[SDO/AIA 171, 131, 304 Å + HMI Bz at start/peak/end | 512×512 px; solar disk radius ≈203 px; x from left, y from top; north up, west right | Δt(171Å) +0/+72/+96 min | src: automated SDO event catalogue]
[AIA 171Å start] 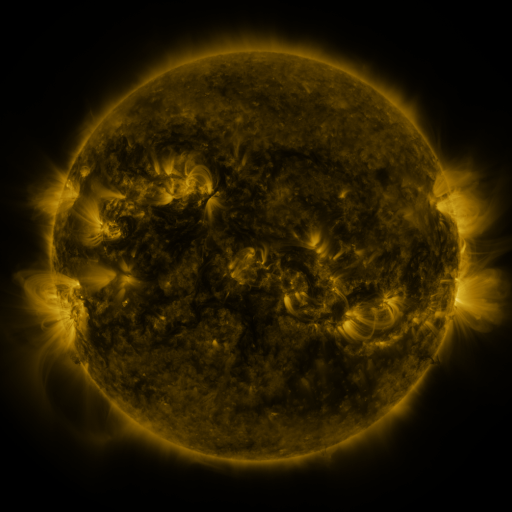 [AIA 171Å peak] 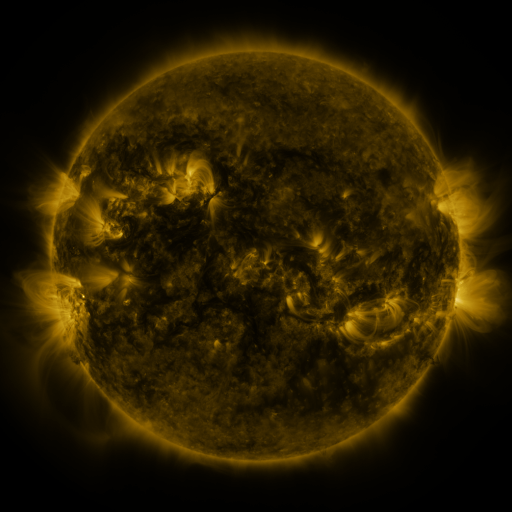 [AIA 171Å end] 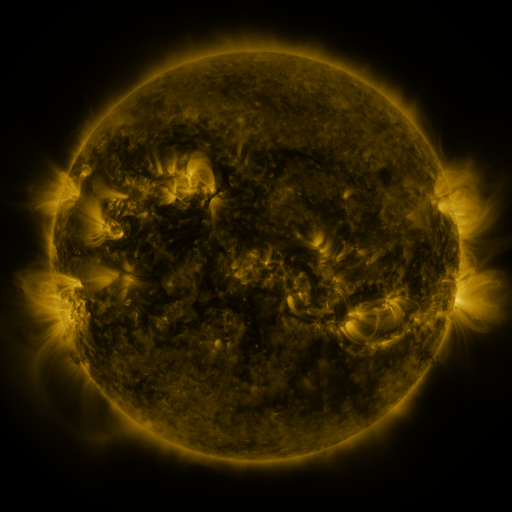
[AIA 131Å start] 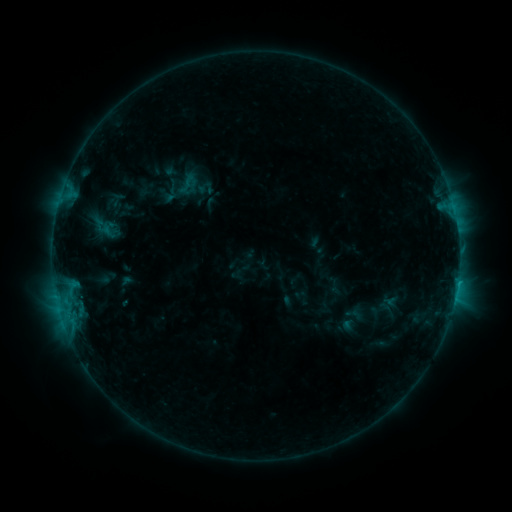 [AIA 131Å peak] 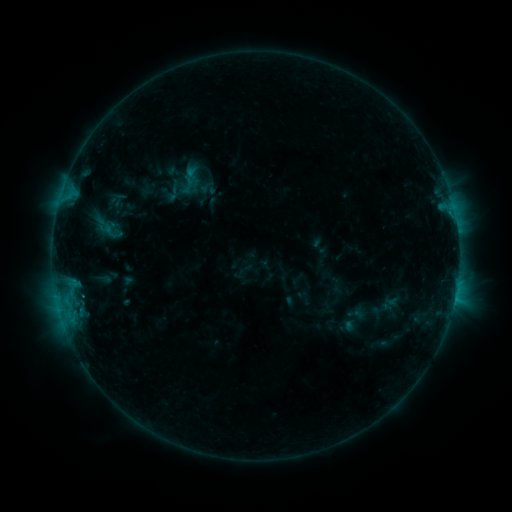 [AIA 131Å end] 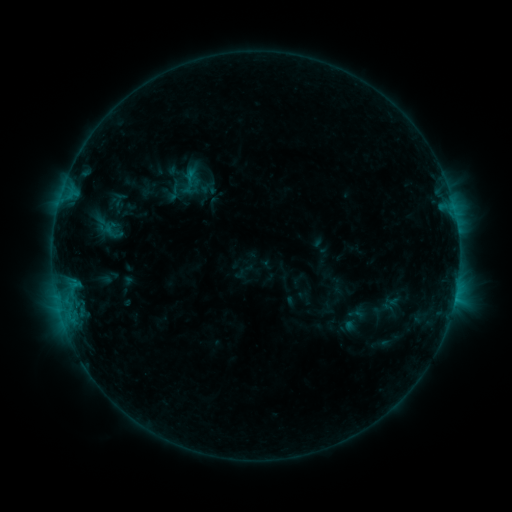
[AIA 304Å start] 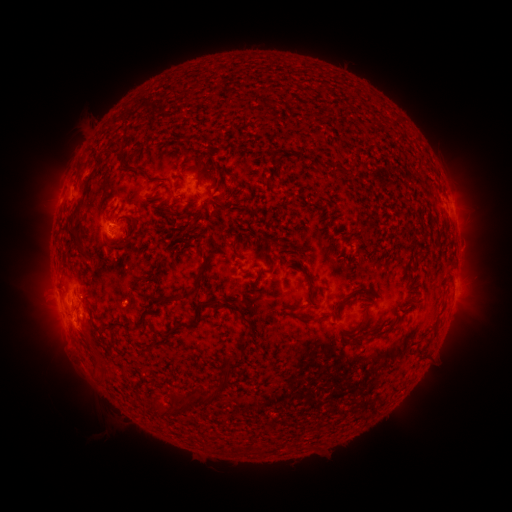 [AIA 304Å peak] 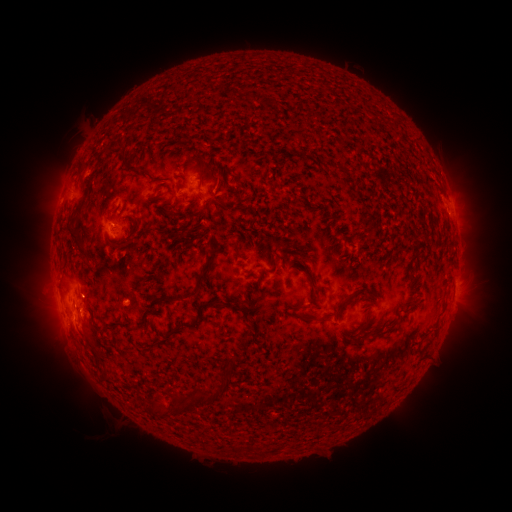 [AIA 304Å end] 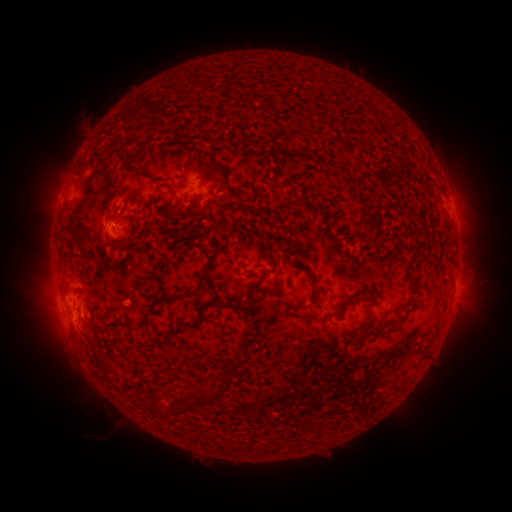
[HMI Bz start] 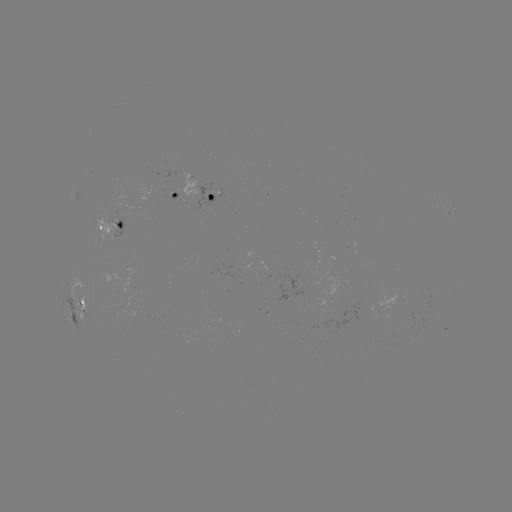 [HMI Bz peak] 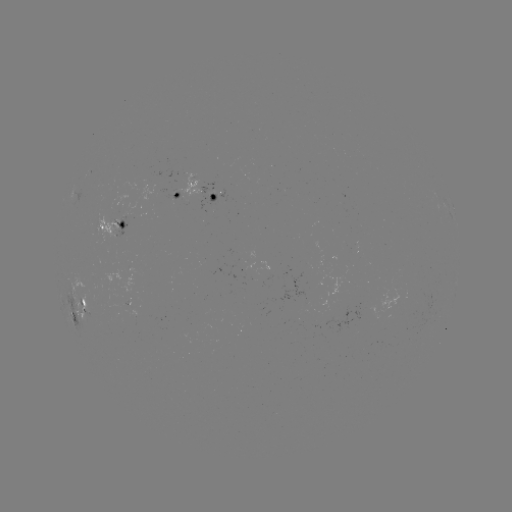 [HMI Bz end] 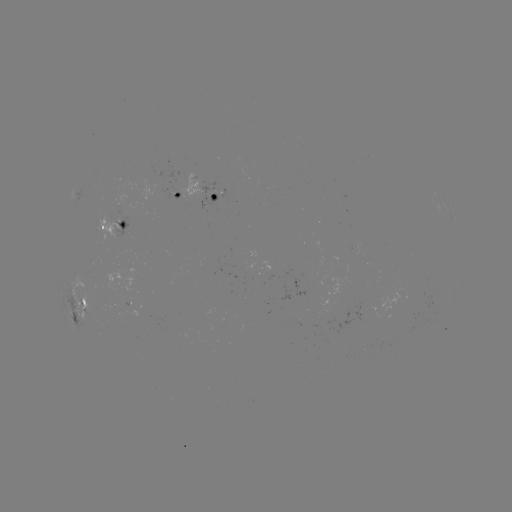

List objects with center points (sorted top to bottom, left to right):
emerging-flux region: (361, 314)
